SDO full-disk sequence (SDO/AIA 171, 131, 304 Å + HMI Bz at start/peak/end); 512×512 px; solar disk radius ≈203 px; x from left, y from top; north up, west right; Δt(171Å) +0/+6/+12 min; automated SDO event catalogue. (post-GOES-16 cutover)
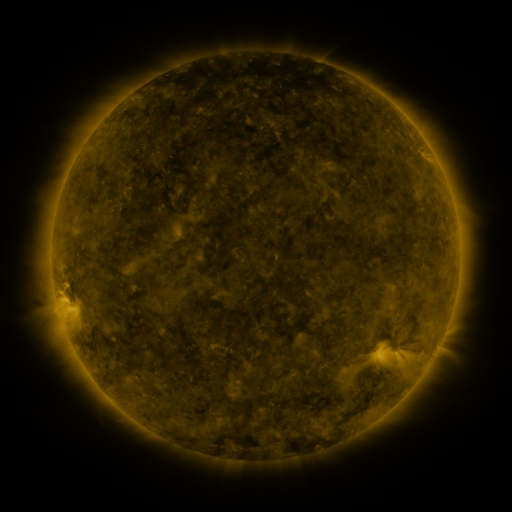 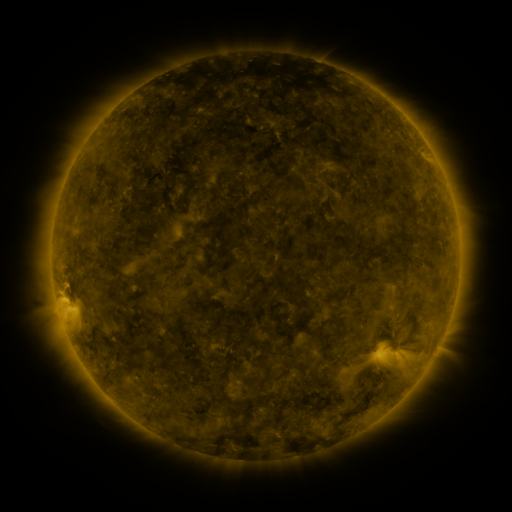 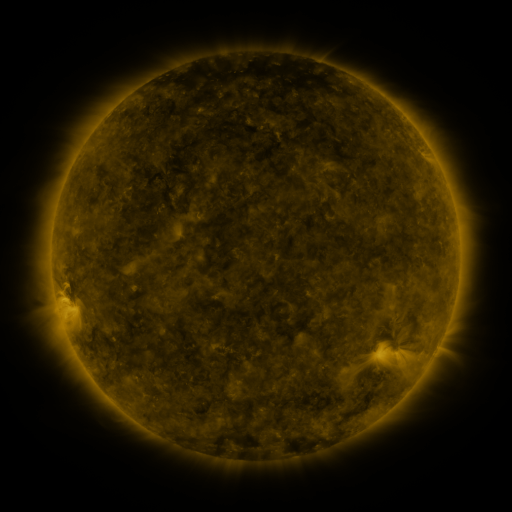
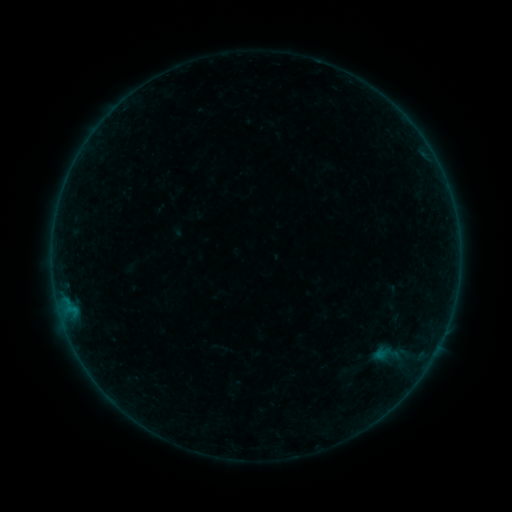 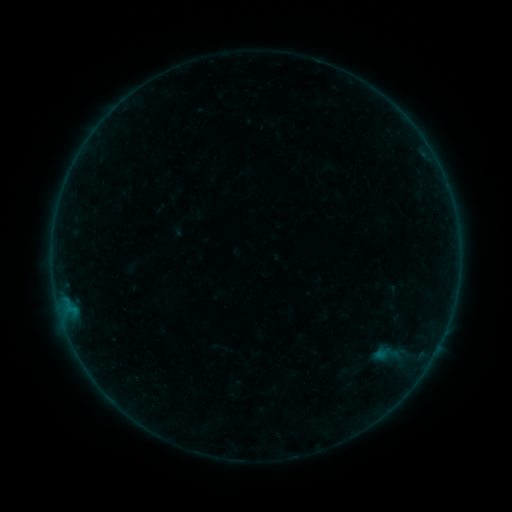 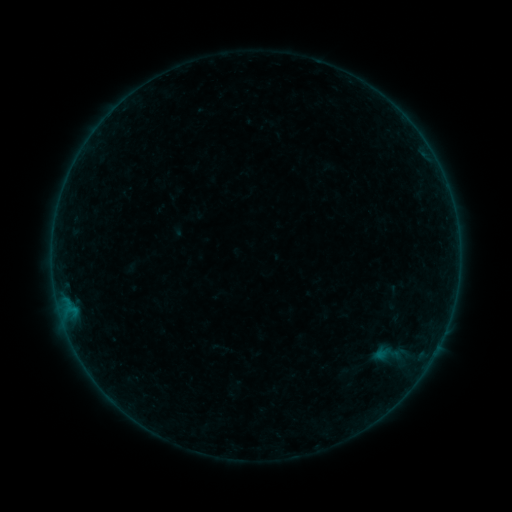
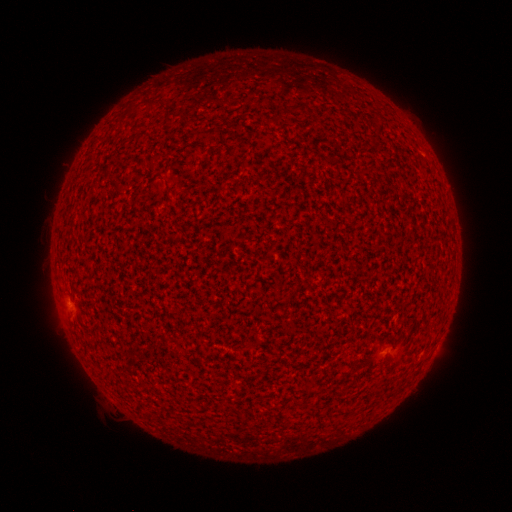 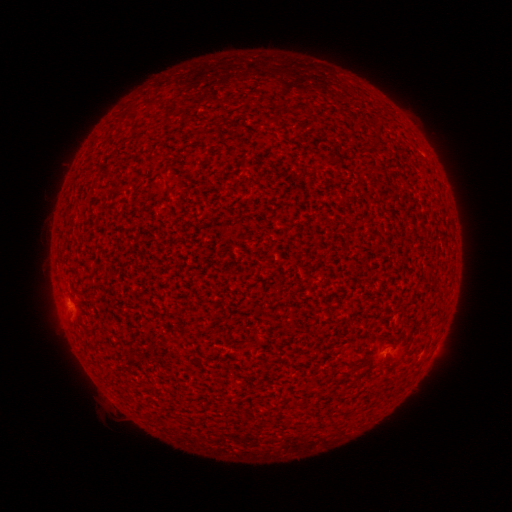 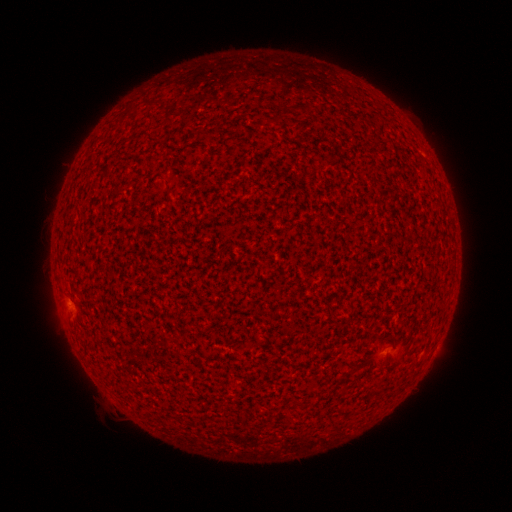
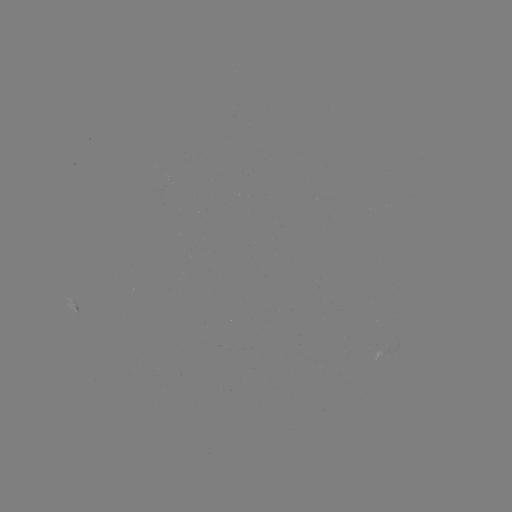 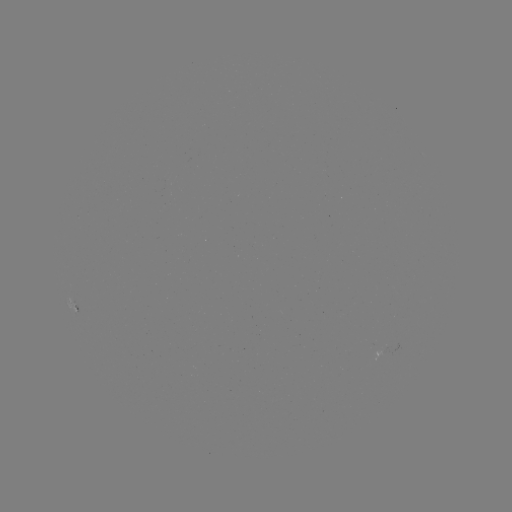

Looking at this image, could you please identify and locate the A4.0 flare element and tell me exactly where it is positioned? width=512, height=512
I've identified A4.0 flare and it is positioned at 69,301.